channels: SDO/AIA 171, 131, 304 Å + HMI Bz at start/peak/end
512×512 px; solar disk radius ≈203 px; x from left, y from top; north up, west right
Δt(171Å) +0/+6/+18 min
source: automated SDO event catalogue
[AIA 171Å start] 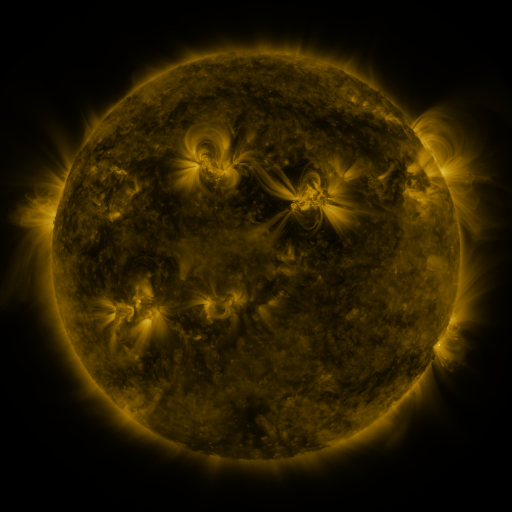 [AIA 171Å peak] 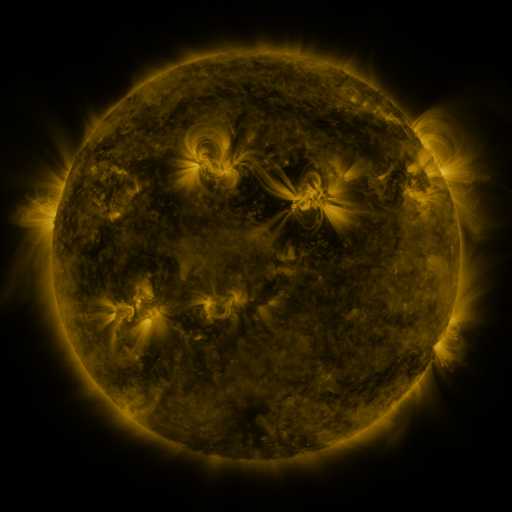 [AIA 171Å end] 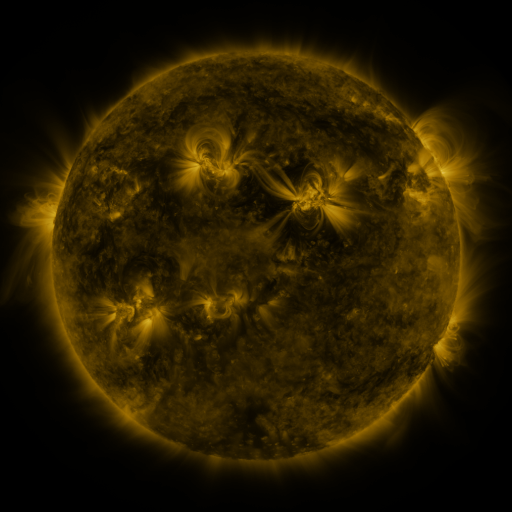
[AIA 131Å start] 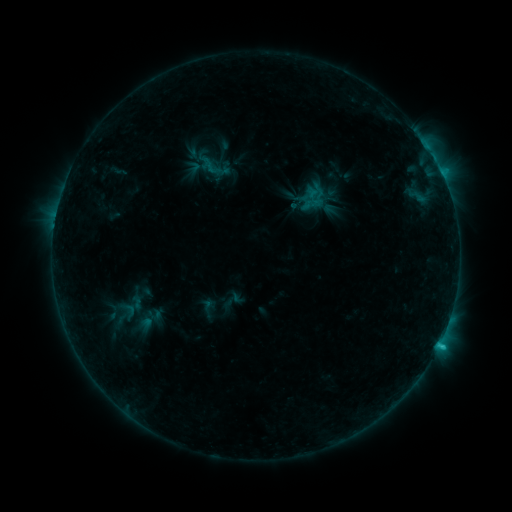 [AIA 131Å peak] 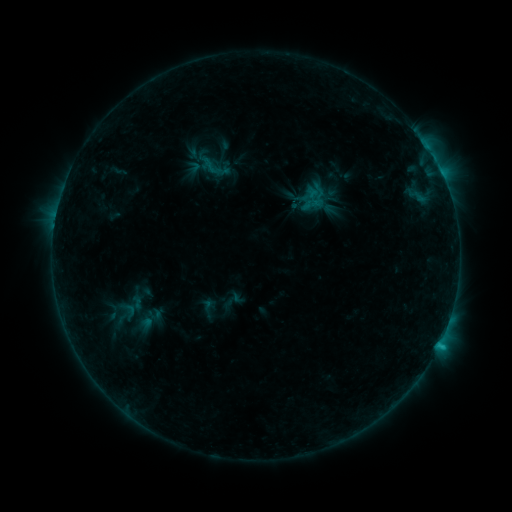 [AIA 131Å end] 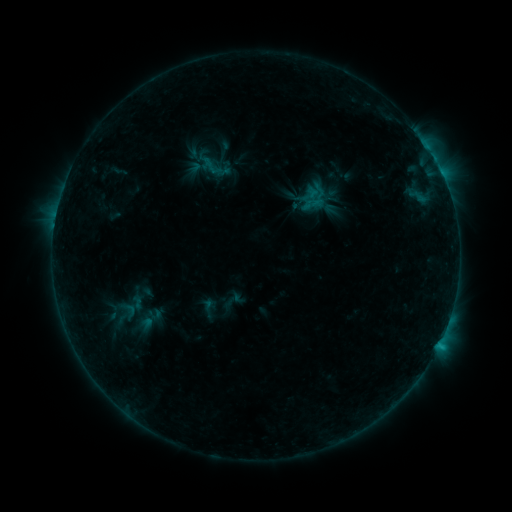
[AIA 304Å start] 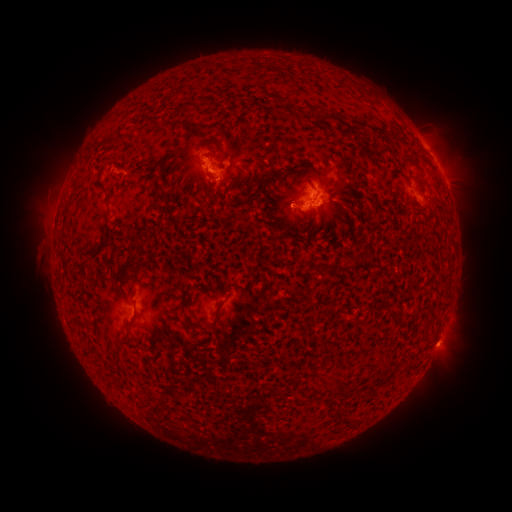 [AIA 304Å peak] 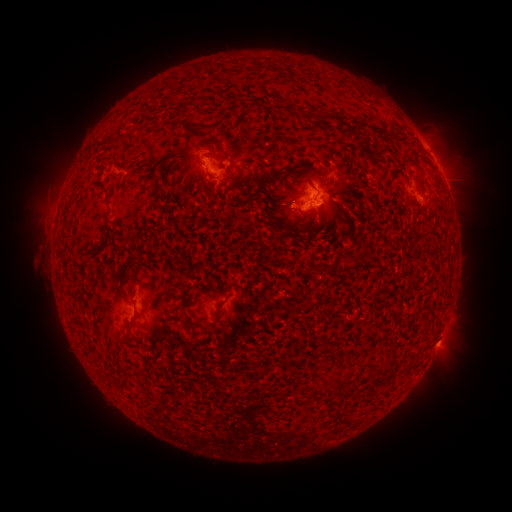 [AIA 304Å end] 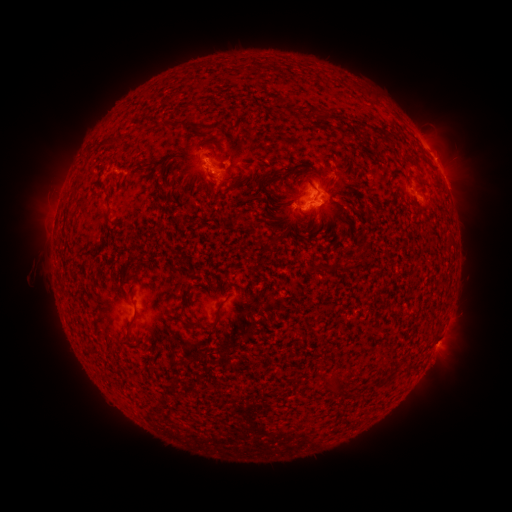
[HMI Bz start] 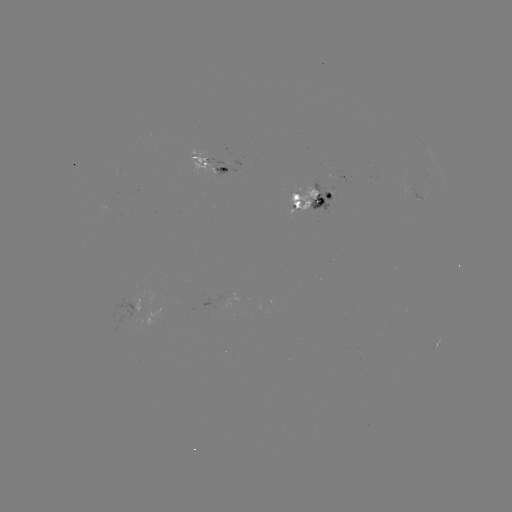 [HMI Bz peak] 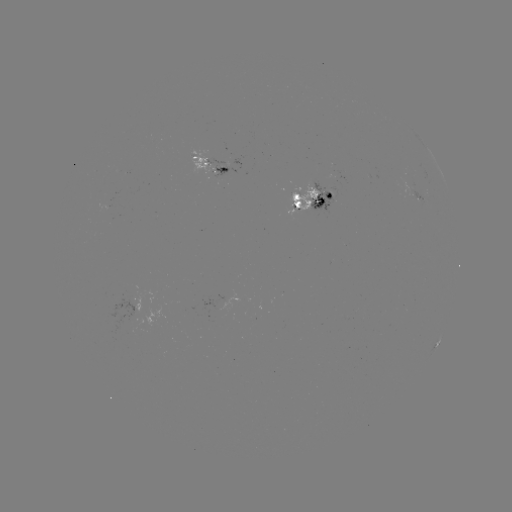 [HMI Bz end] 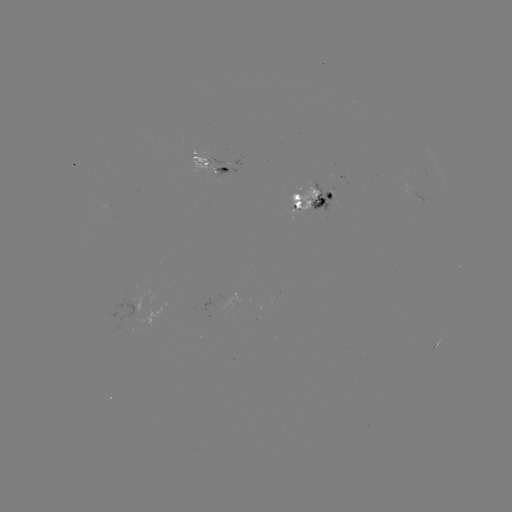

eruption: <bbox>17, 237, 48, 289</bbox>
